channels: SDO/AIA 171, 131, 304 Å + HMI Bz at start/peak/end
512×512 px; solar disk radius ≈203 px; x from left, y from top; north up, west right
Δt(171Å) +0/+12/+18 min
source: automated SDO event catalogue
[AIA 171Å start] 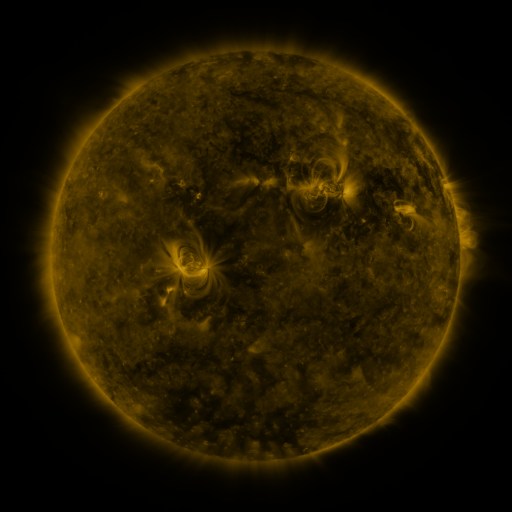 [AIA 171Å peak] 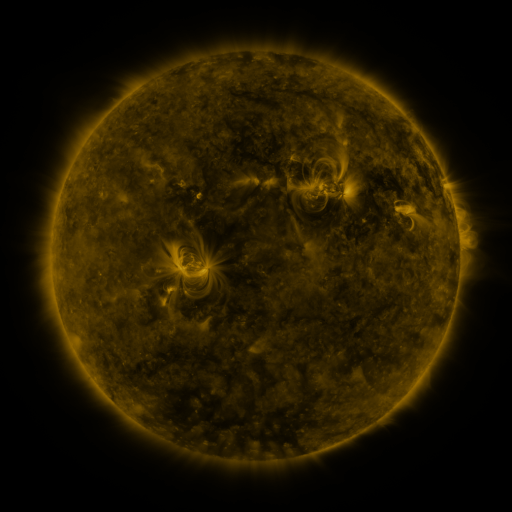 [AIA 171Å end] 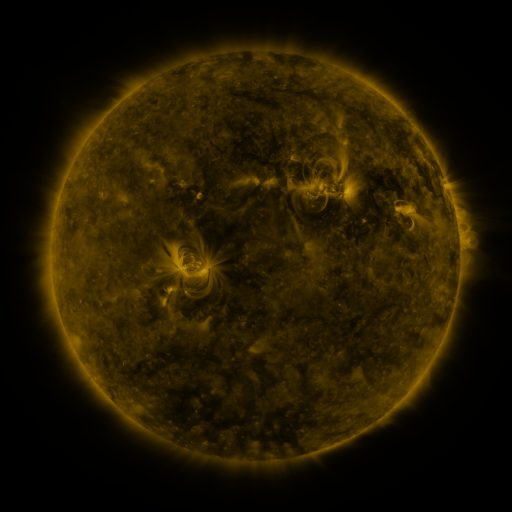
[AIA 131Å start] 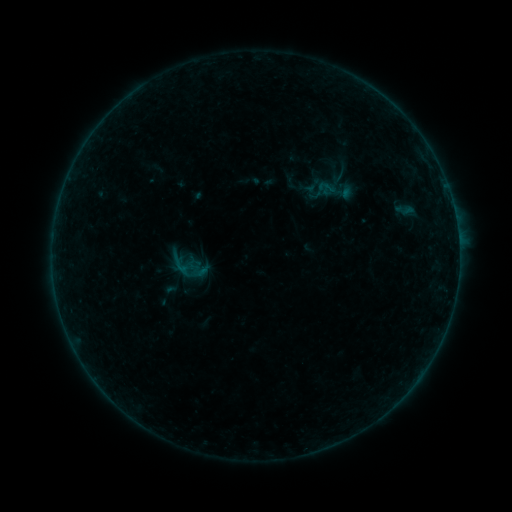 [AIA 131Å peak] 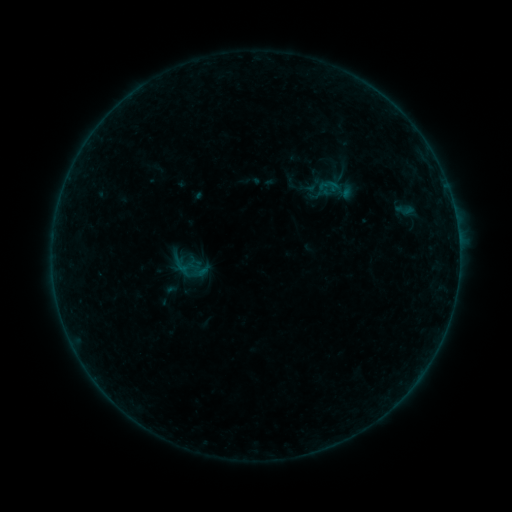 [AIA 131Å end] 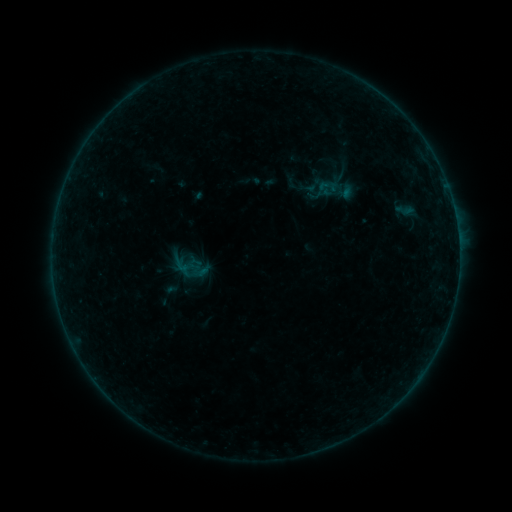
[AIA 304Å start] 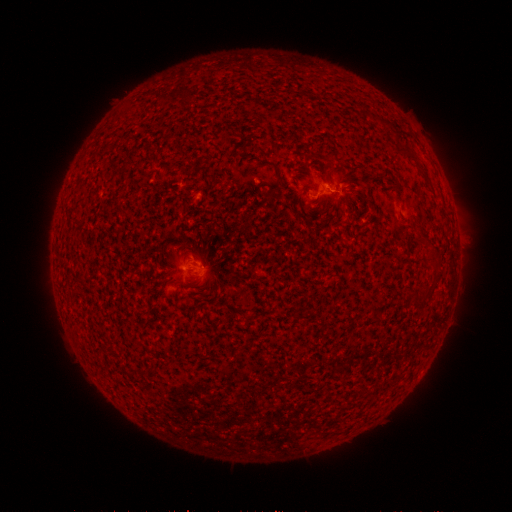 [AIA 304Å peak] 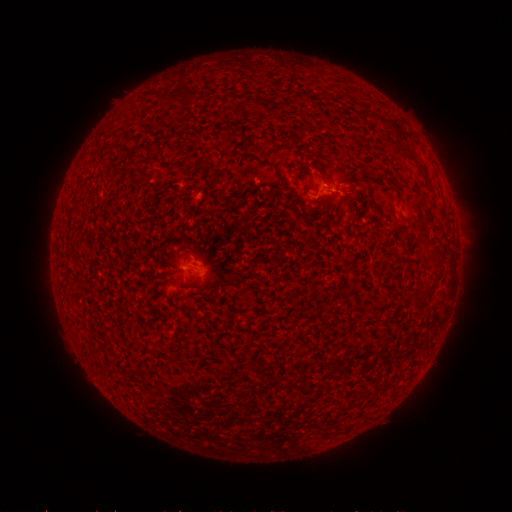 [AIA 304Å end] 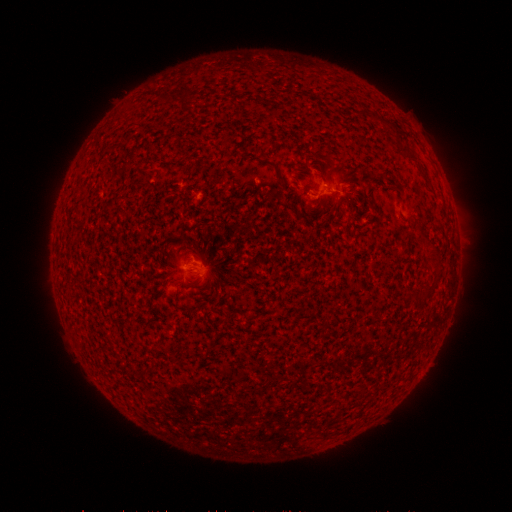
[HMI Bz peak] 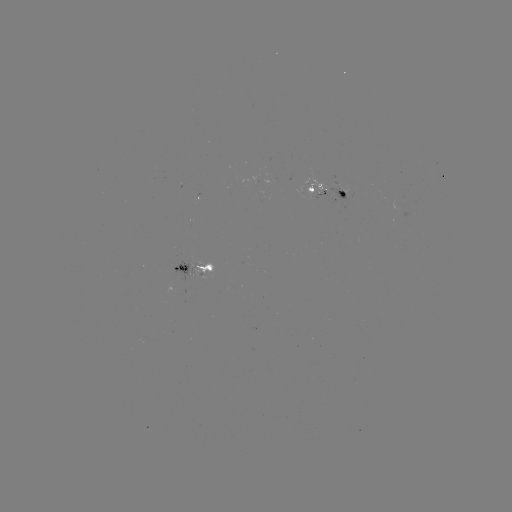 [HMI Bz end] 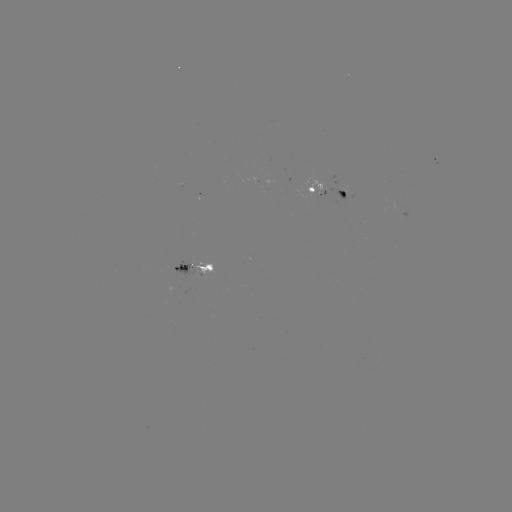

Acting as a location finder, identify B2.1 flare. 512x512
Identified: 333,189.